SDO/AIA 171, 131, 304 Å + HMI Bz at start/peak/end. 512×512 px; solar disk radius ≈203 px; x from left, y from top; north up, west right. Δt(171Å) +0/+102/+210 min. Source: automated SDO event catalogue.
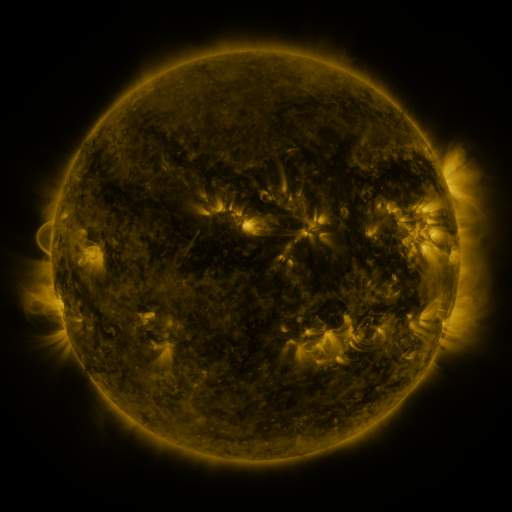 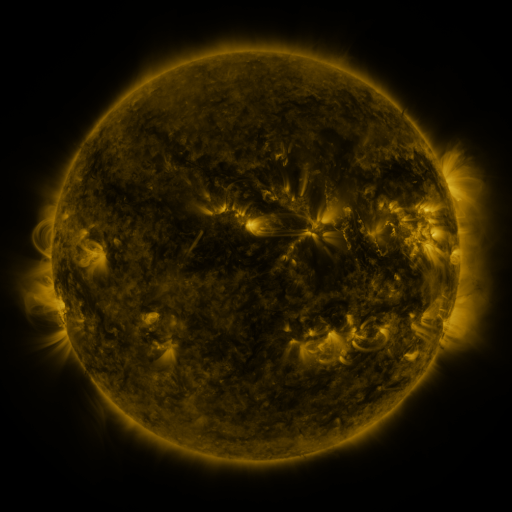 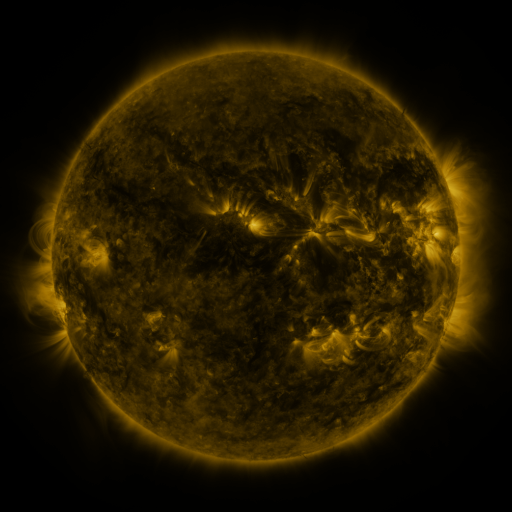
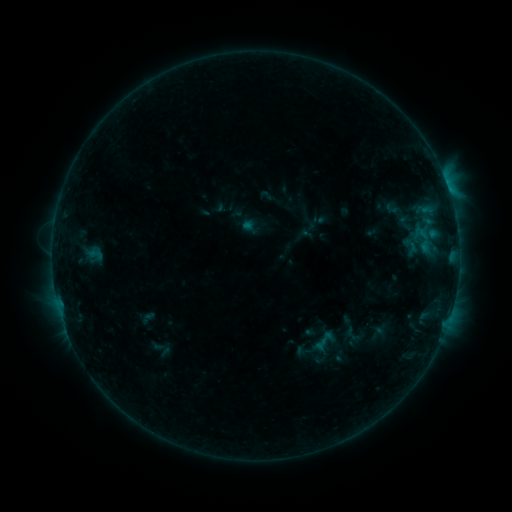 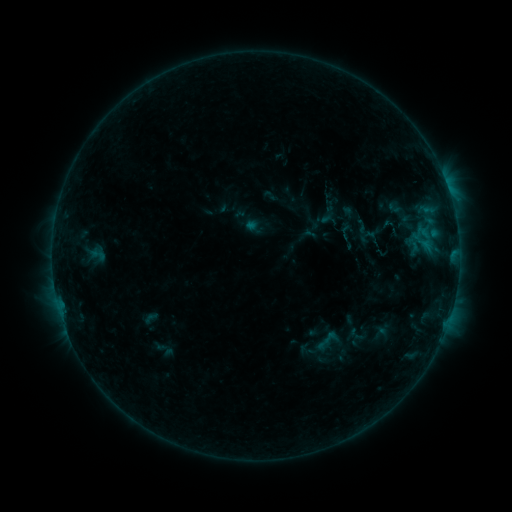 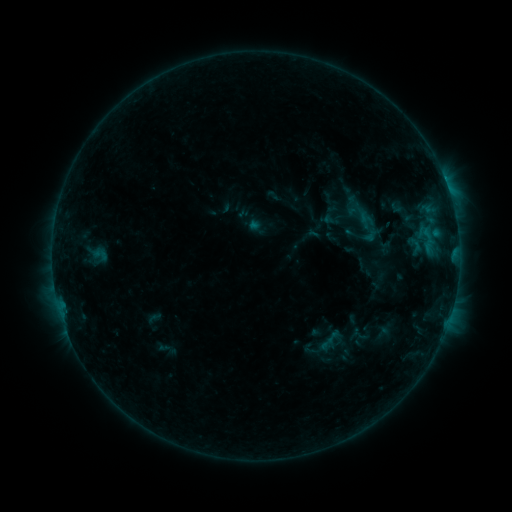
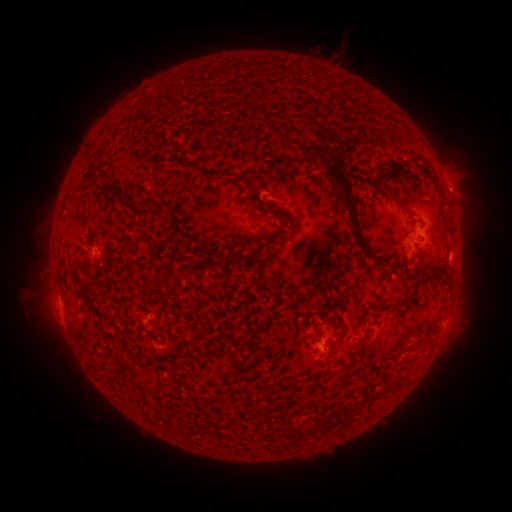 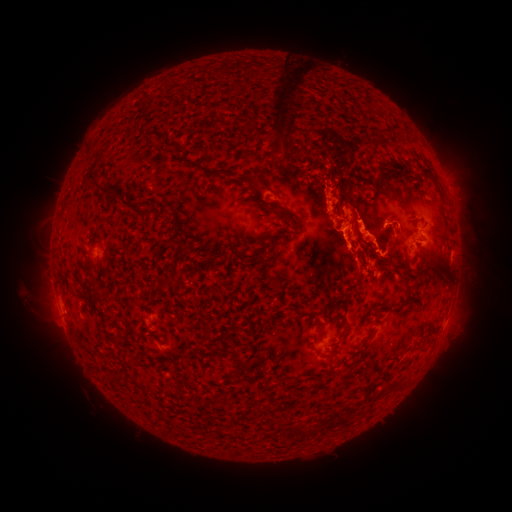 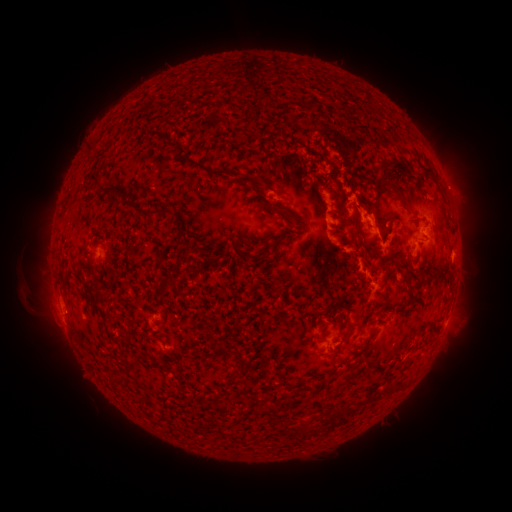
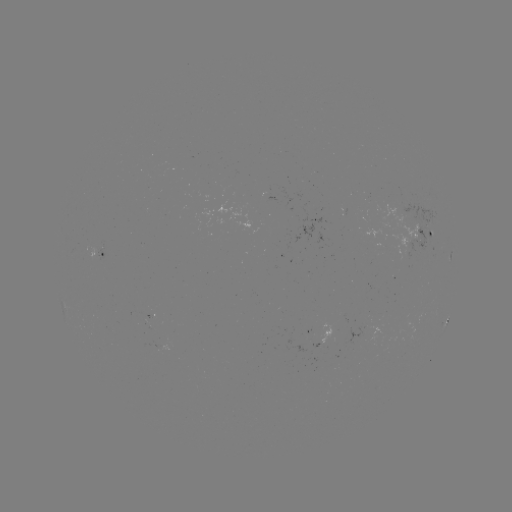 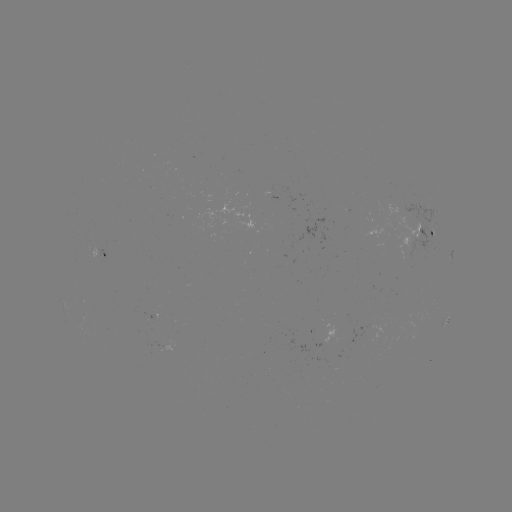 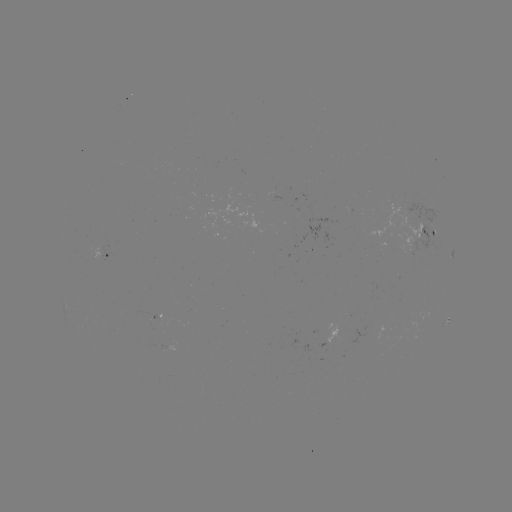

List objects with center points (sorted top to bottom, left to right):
filament eruption: (364, 175)
